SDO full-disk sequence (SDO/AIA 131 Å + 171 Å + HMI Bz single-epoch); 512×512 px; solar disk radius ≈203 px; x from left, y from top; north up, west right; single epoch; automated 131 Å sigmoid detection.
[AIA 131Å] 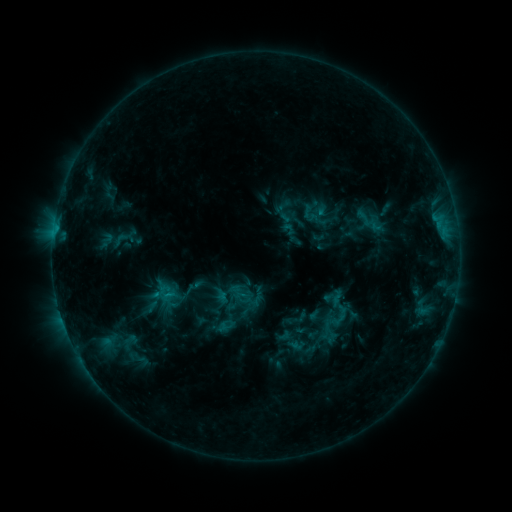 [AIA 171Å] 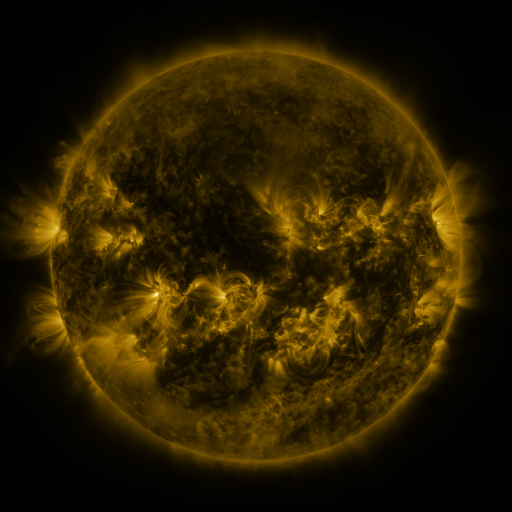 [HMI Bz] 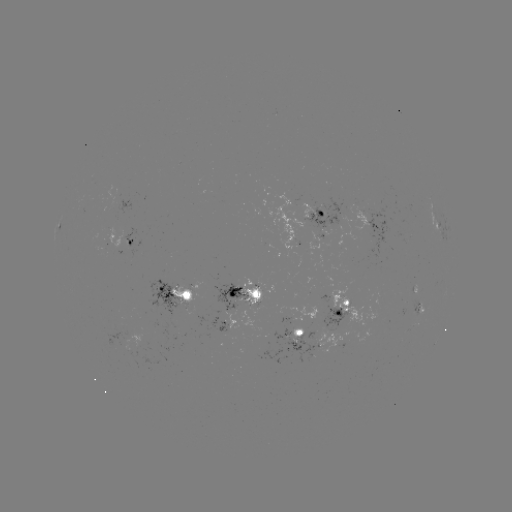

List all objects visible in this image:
sigmoid: (342, 315)
sigmoid: (334, 325)
